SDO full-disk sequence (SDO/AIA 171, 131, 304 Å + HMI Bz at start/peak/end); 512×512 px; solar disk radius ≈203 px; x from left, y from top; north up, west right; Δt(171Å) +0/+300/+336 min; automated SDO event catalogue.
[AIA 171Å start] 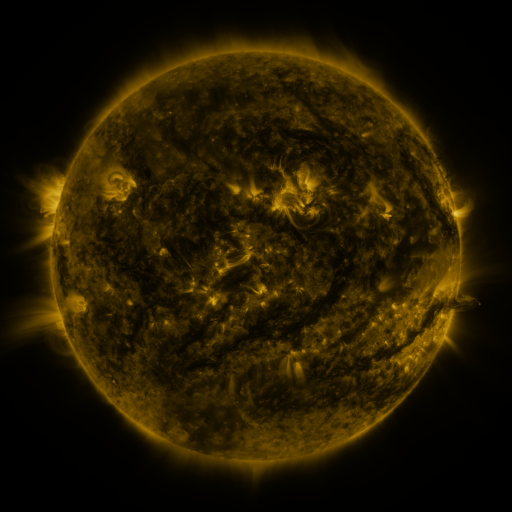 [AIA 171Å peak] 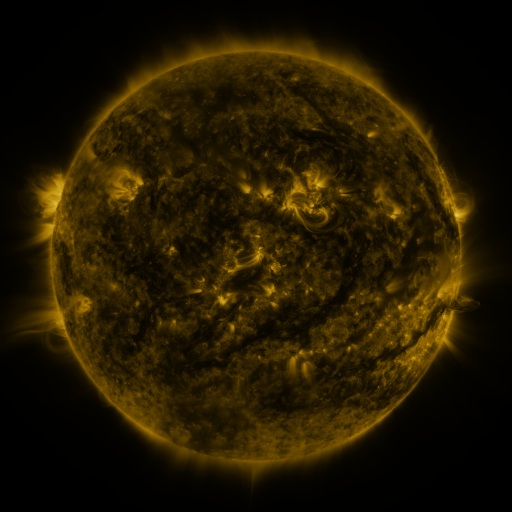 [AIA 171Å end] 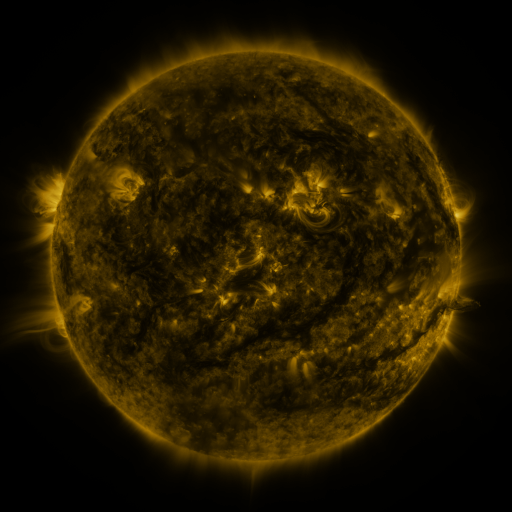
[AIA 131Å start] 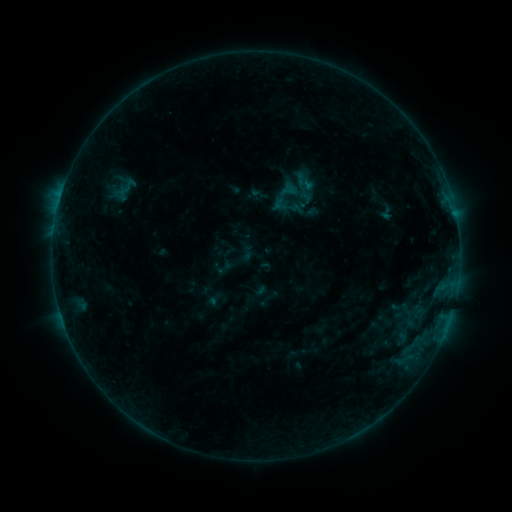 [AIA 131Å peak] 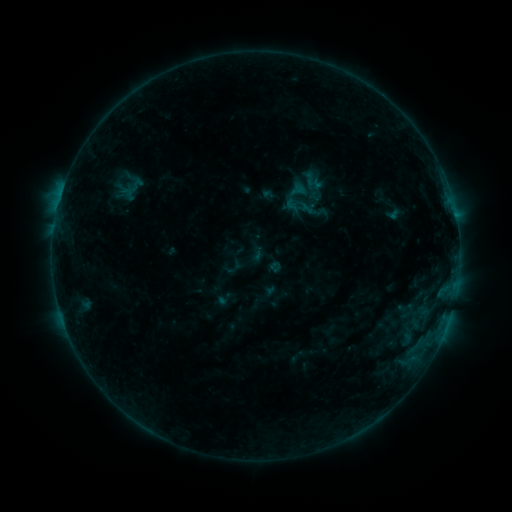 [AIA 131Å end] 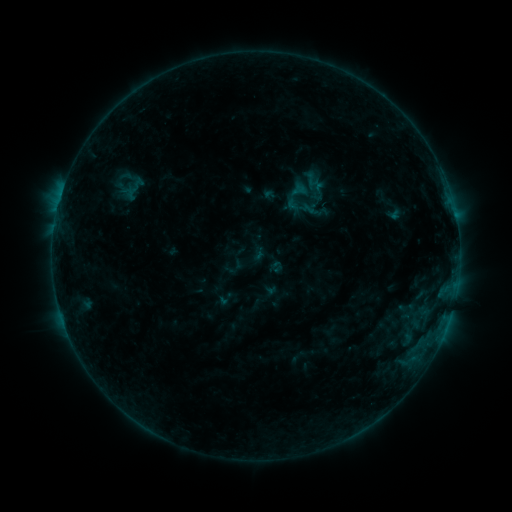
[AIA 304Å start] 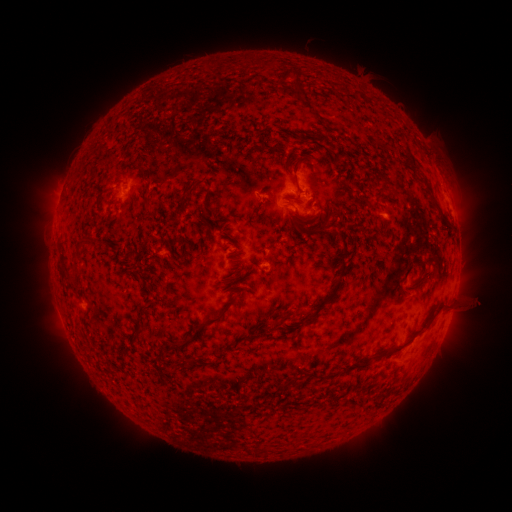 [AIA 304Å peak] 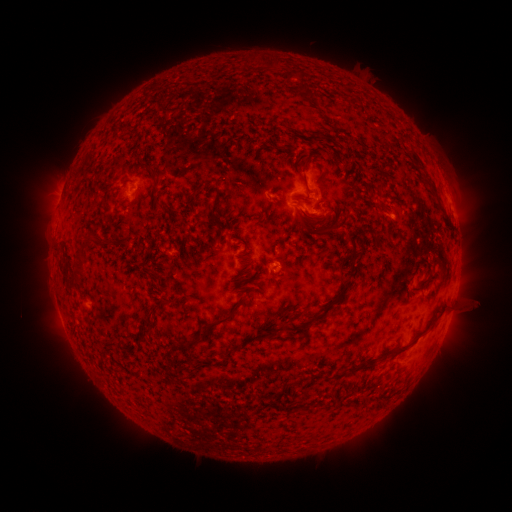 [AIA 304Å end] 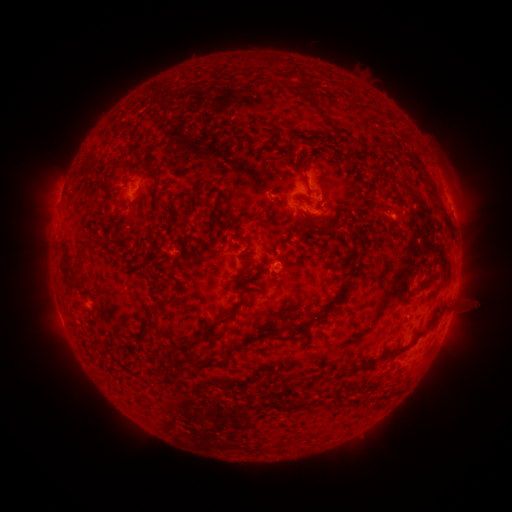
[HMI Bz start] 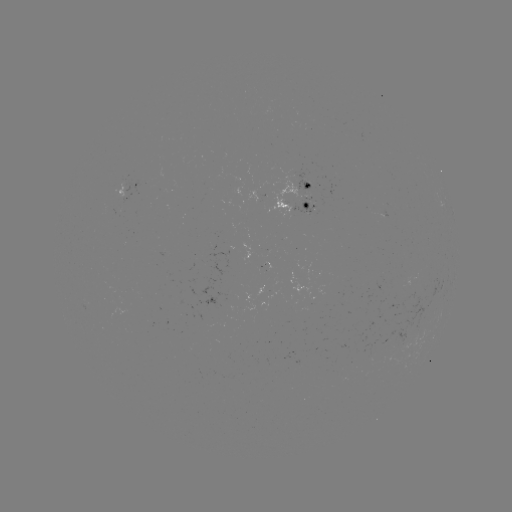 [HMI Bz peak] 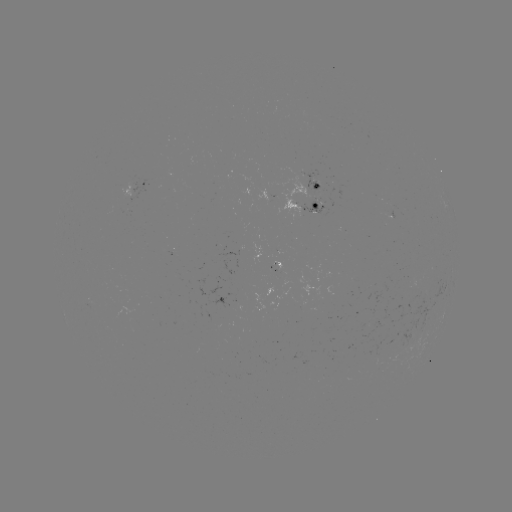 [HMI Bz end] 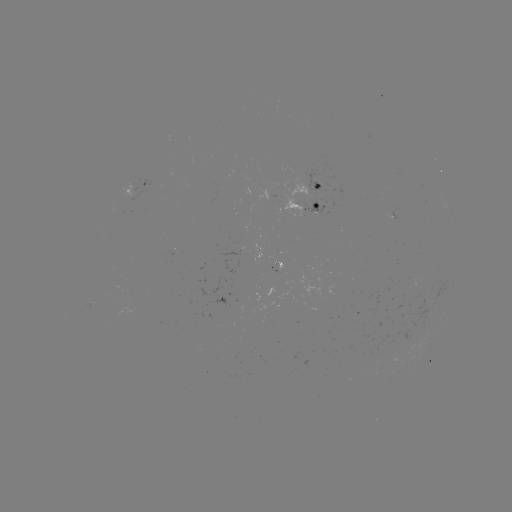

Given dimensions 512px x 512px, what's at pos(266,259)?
emerging-flux region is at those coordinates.